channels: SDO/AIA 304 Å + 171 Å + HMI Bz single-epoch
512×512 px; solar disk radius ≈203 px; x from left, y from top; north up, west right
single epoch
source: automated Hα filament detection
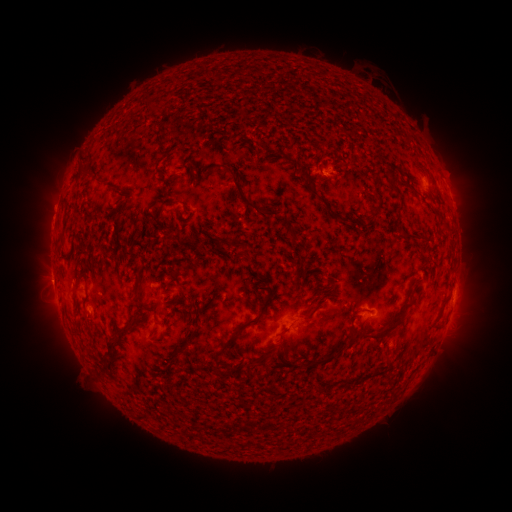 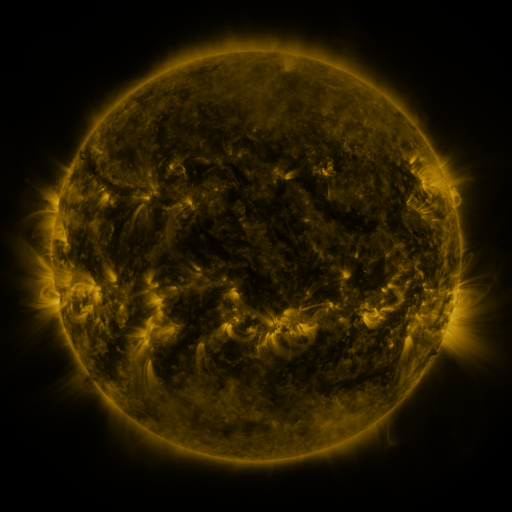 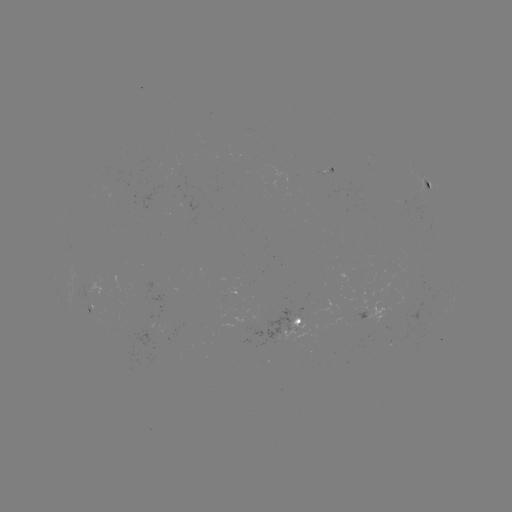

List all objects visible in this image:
filament: <bbox>224, 167, 257, 210</bbox>
filament: <bbox>76, 170, 87, 178</bbox>
filament: <bbox>305, 176, 312, 186</bbox>
filament: <bbox>156, 201, 178, 217</bbox>
filament: <bbox>134, 274, 141, 290</bbox>
filament: <bbox>238, 289, 274, 332</bbox>
filament: <bbox>118, 324, 132, 337</bbox>
